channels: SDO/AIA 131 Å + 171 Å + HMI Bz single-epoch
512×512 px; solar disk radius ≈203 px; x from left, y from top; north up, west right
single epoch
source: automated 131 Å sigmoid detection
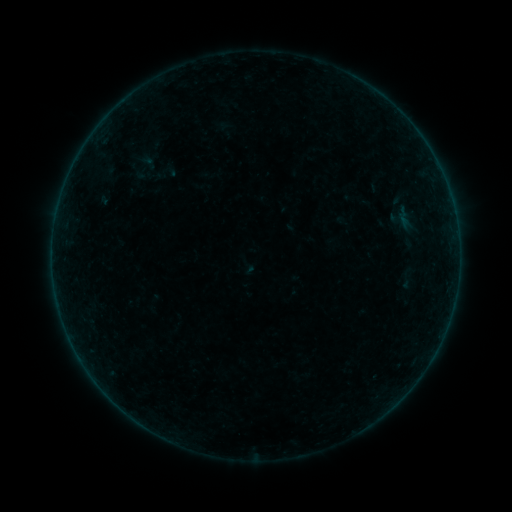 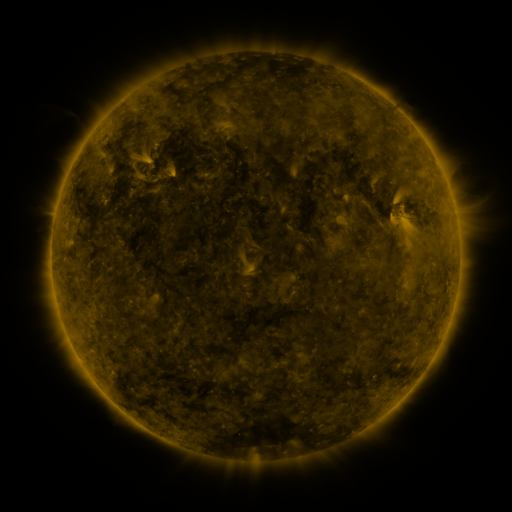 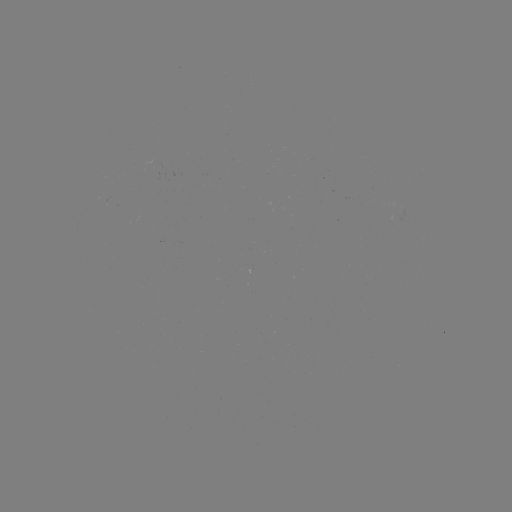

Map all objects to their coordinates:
sigmoid: (169, 170)
